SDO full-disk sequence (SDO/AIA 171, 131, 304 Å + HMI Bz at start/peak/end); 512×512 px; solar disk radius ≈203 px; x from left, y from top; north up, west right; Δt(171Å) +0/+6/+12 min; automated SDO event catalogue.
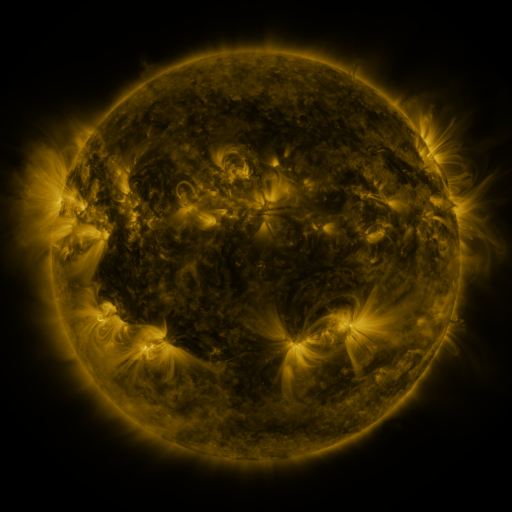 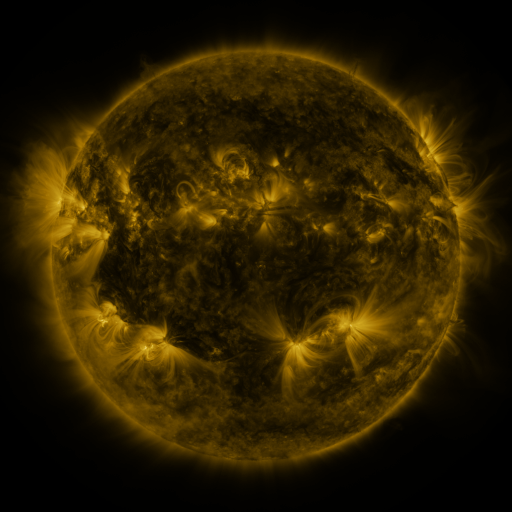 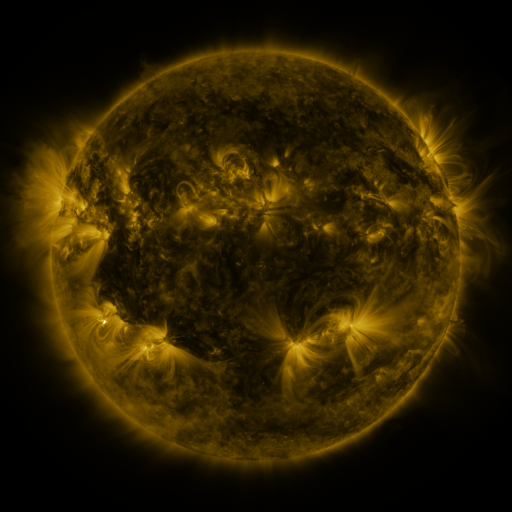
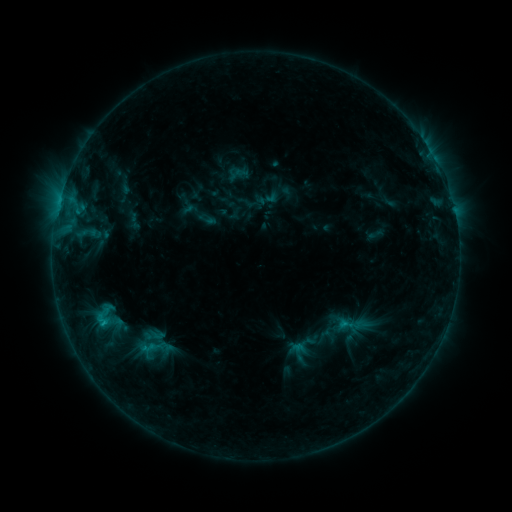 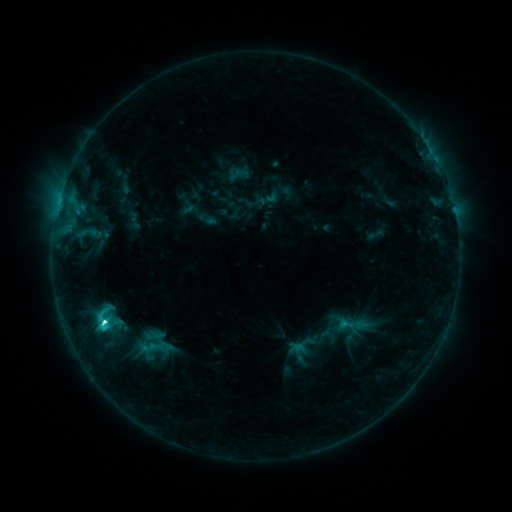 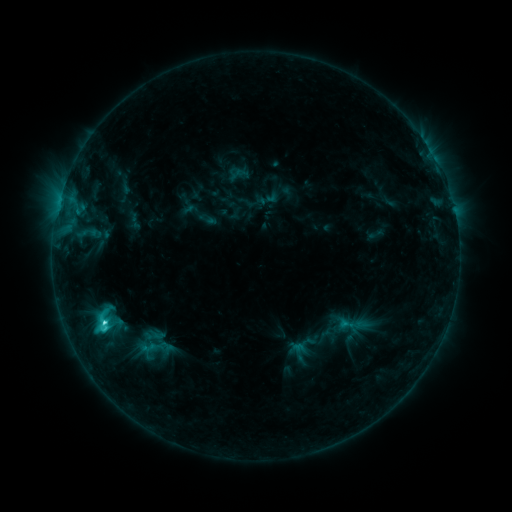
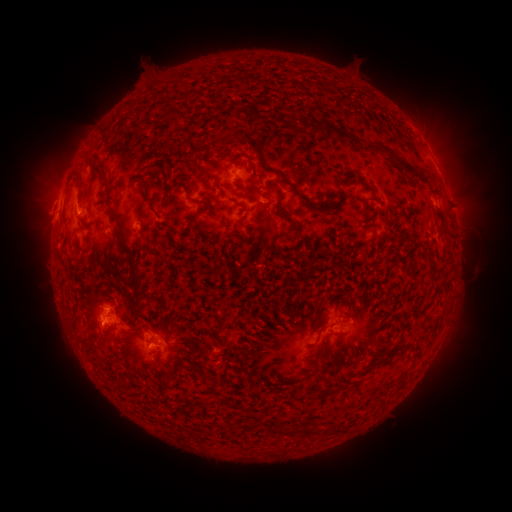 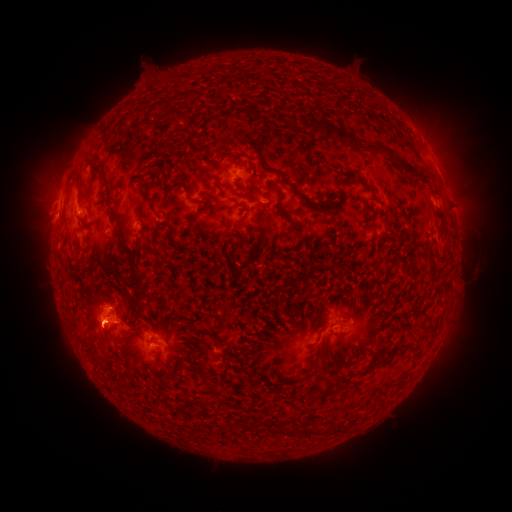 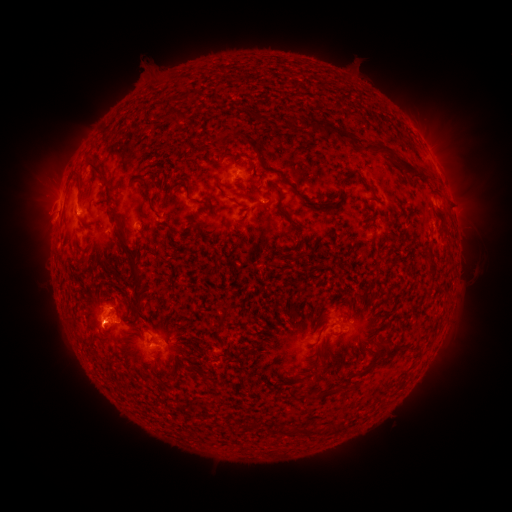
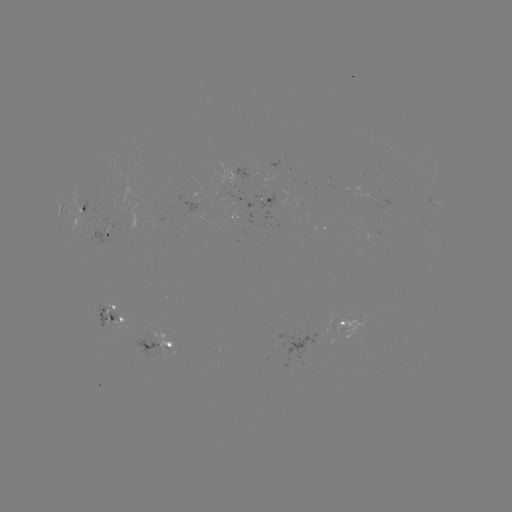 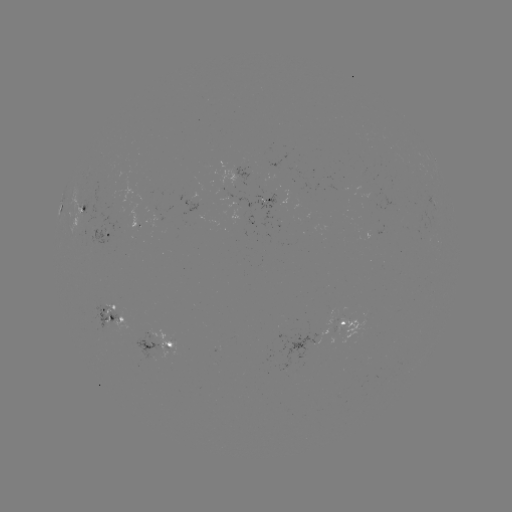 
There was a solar flare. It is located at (106, 320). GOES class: C3.9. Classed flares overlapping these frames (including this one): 1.